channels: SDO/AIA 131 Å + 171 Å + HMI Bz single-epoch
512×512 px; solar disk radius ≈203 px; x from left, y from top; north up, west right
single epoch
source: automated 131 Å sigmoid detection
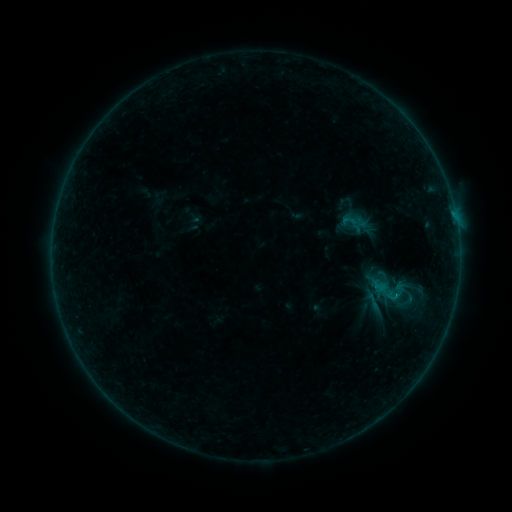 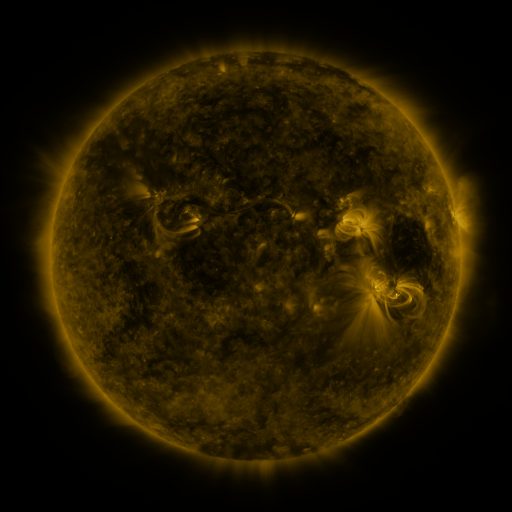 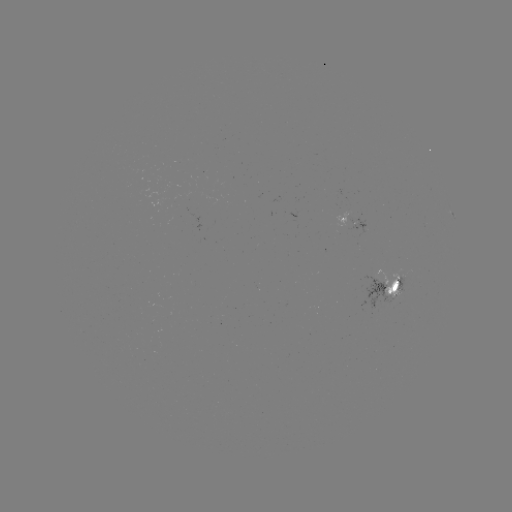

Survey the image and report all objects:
sigmoid: (371, 274, 408, 311)
sigmoid: (363, 292, 384, 312)
